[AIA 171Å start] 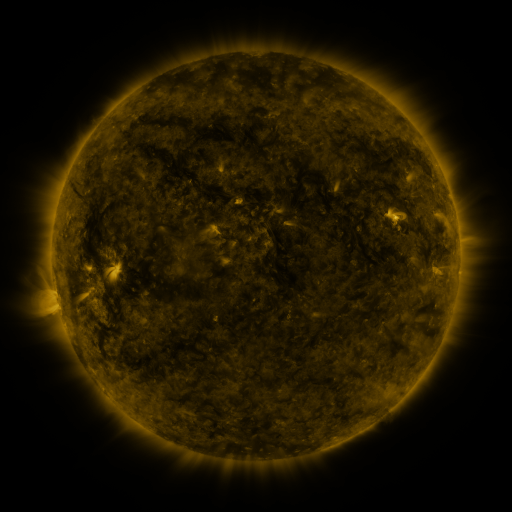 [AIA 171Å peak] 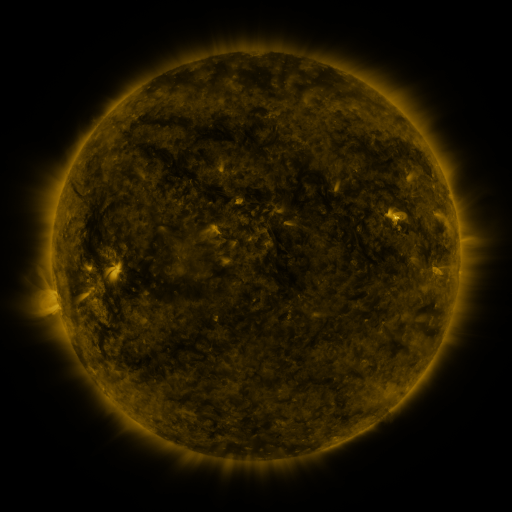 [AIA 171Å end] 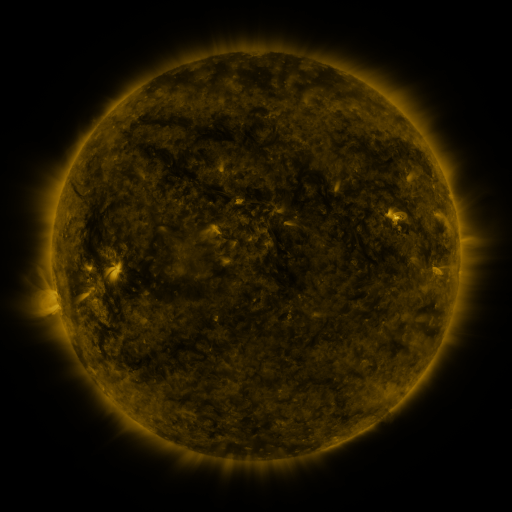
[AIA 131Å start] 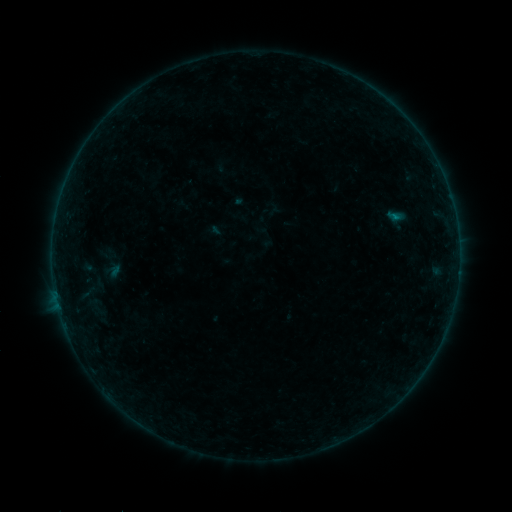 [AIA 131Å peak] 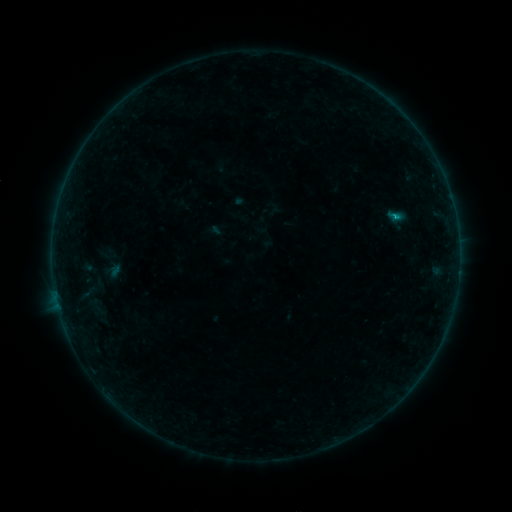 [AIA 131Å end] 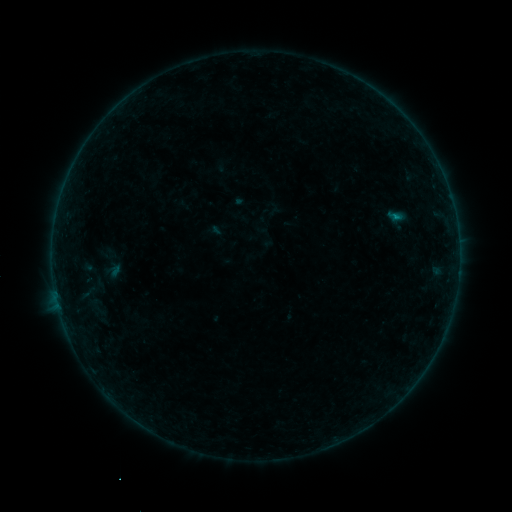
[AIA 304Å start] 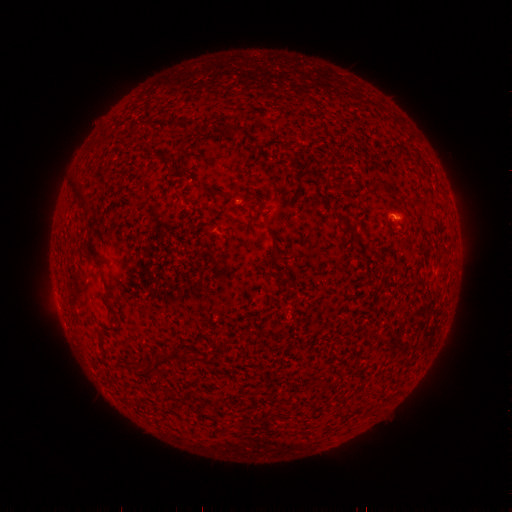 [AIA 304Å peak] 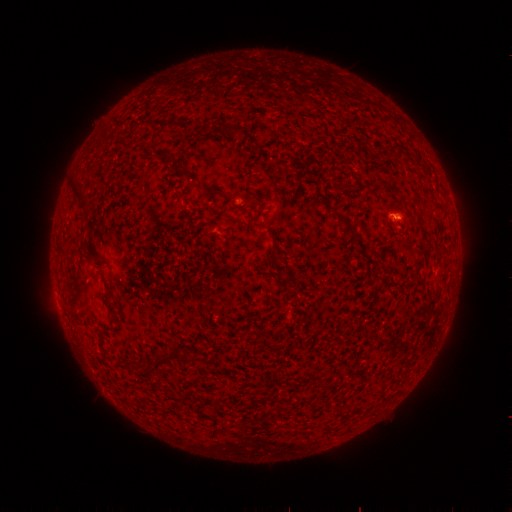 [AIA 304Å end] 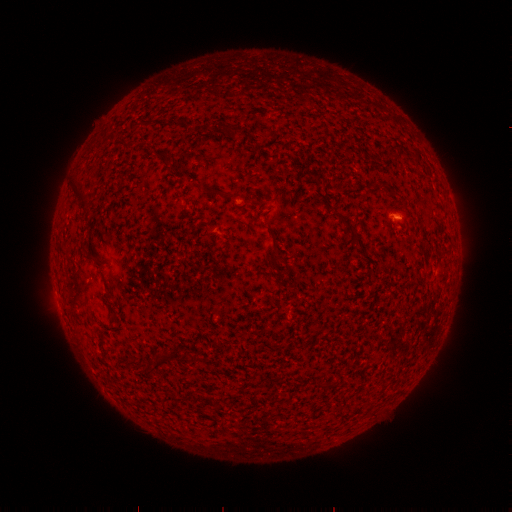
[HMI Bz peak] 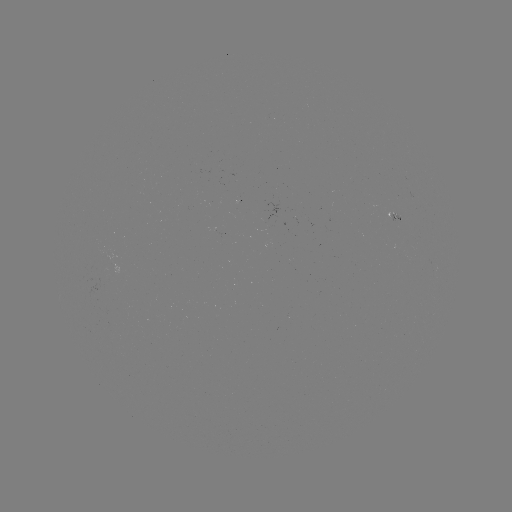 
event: flare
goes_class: B3.0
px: (393, 217)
